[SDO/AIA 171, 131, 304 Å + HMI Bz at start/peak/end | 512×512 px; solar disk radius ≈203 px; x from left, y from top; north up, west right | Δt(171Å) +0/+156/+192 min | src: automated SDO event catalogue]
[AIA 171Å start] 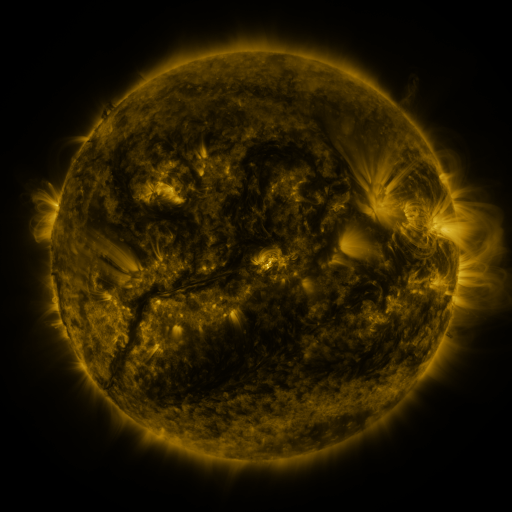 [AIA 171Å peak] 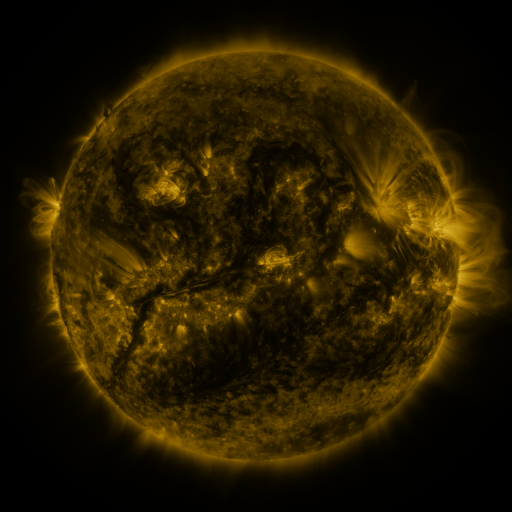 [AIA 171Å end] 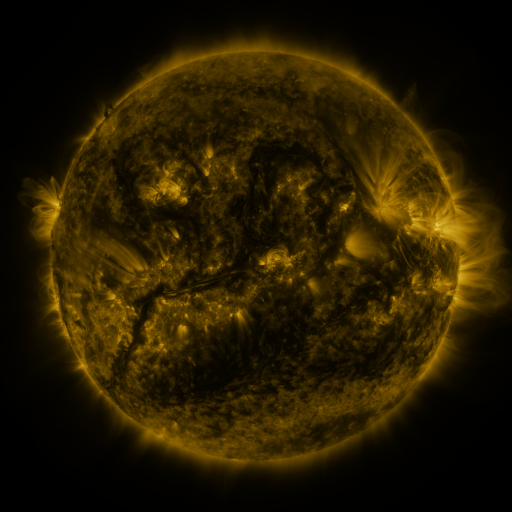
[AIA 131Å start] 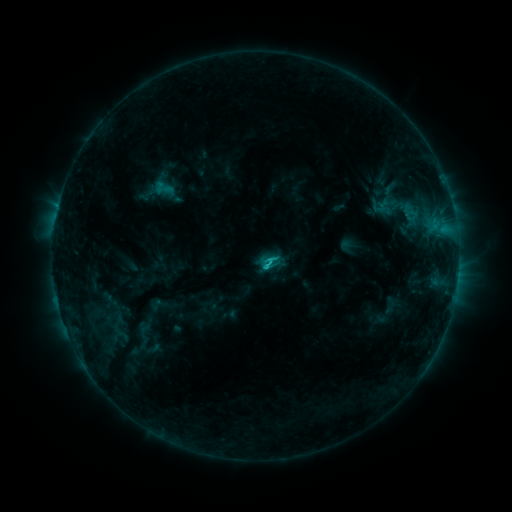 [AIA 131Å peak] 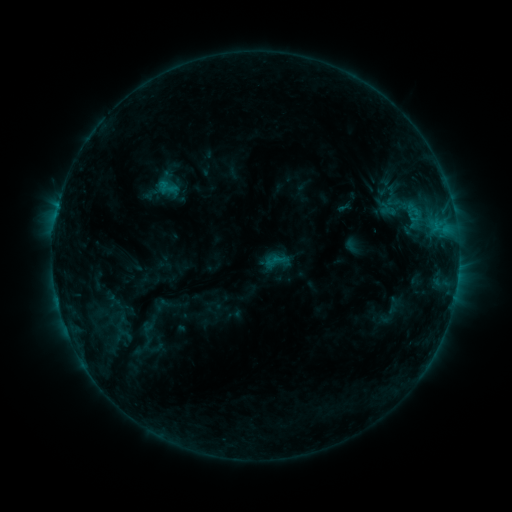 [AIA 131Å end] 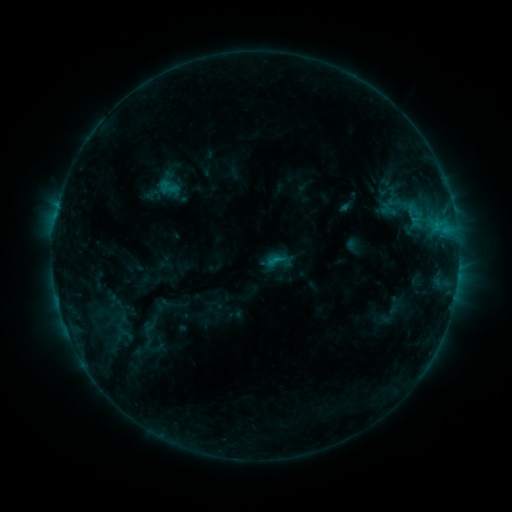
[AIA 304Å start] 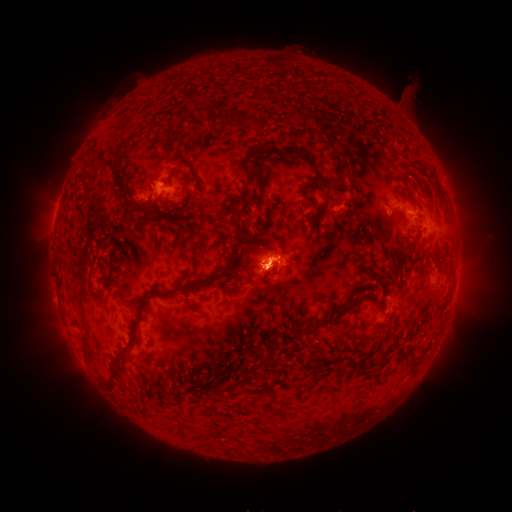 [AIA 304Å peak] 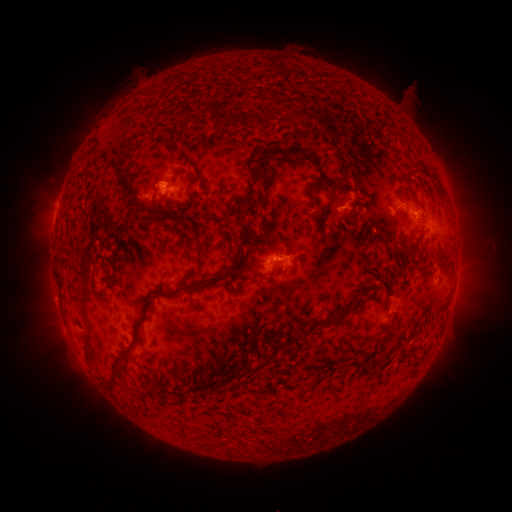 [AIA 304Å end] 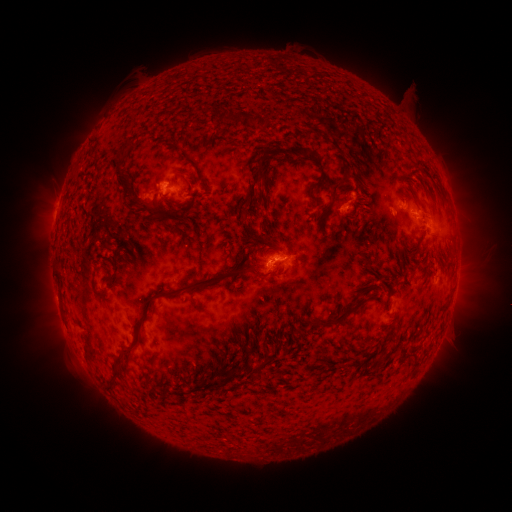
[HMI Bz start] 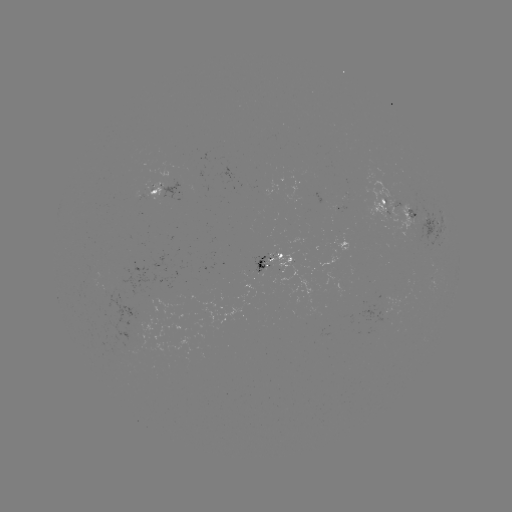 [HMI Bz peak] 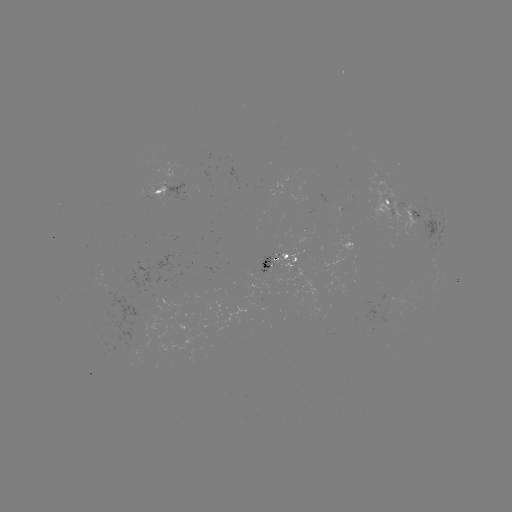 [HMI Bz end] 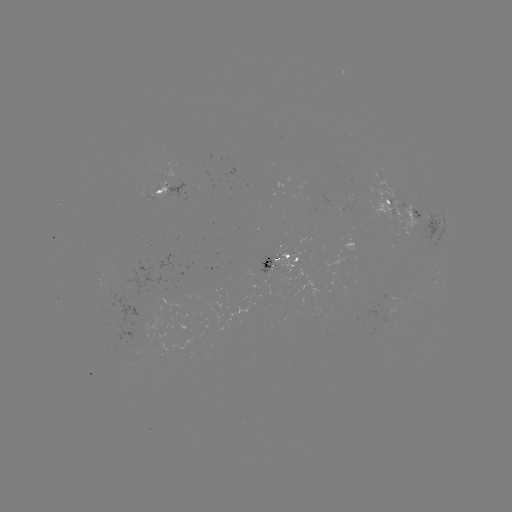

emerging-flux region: <bbox>344, 192, 354, 203</bbox>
